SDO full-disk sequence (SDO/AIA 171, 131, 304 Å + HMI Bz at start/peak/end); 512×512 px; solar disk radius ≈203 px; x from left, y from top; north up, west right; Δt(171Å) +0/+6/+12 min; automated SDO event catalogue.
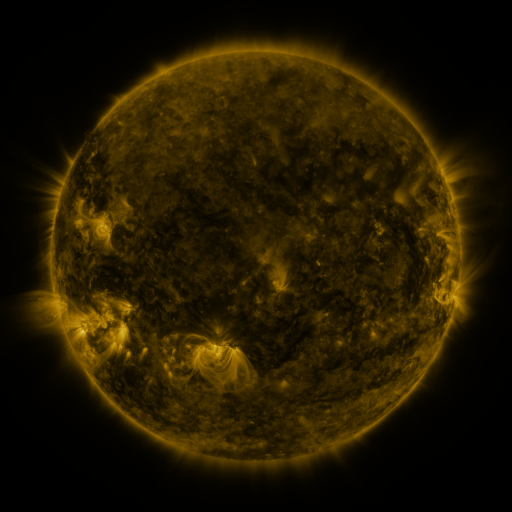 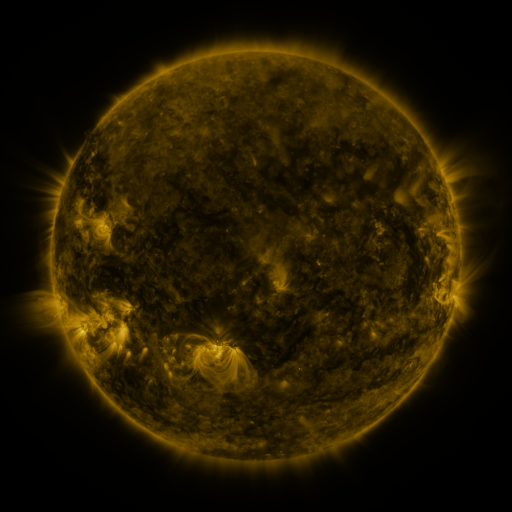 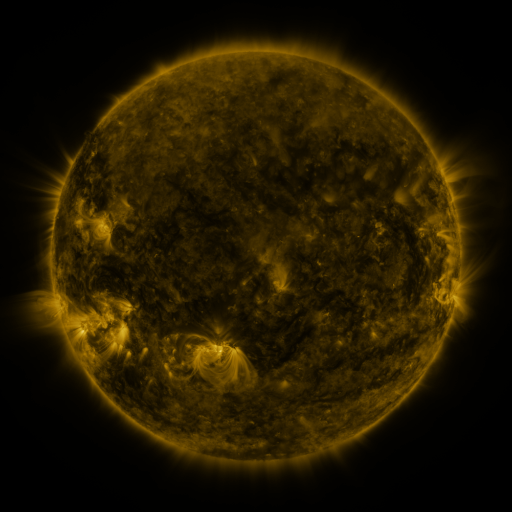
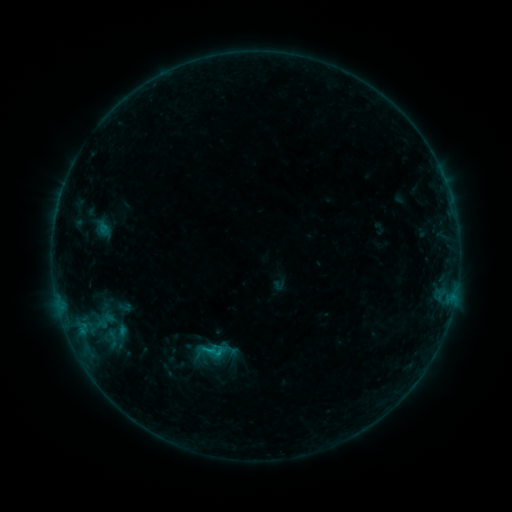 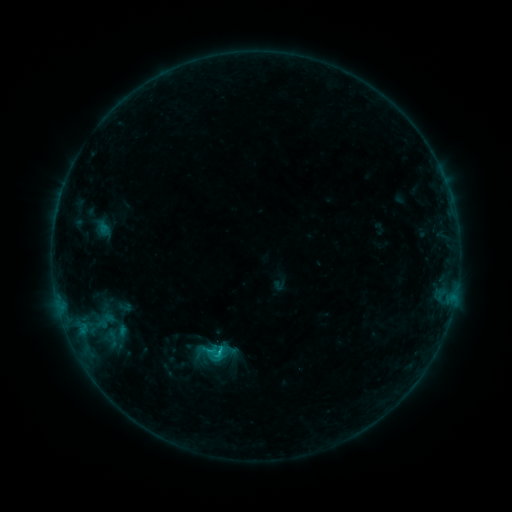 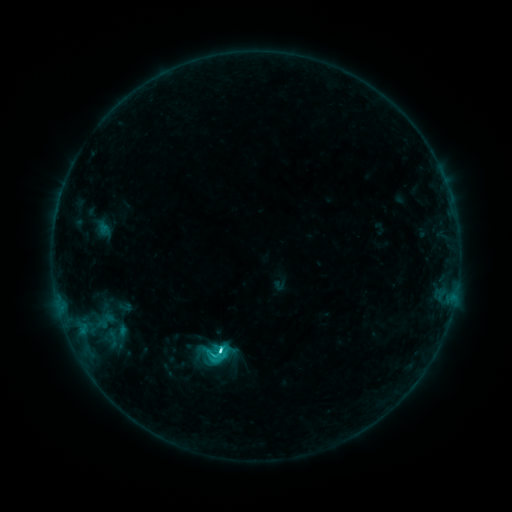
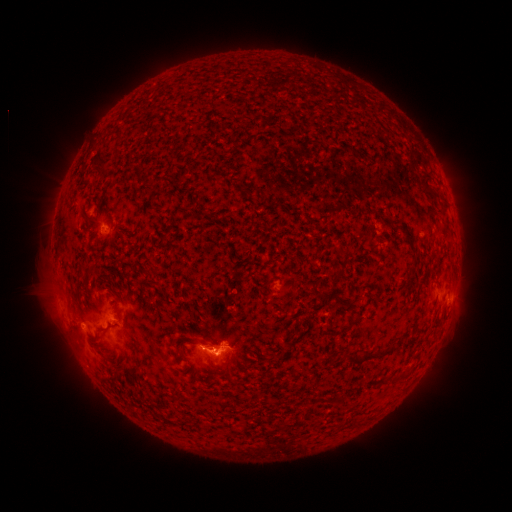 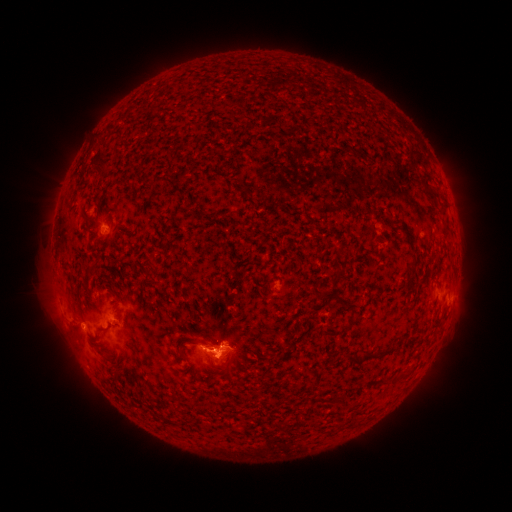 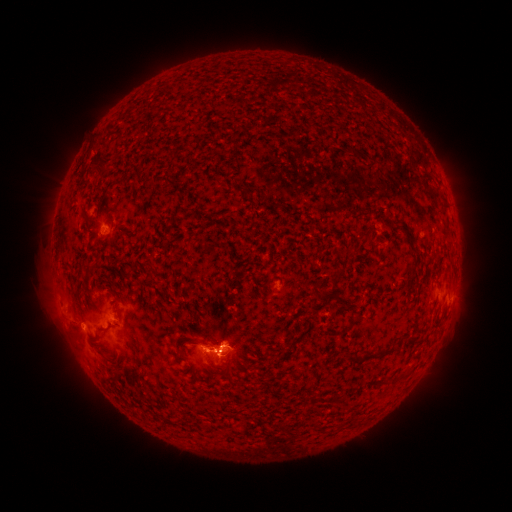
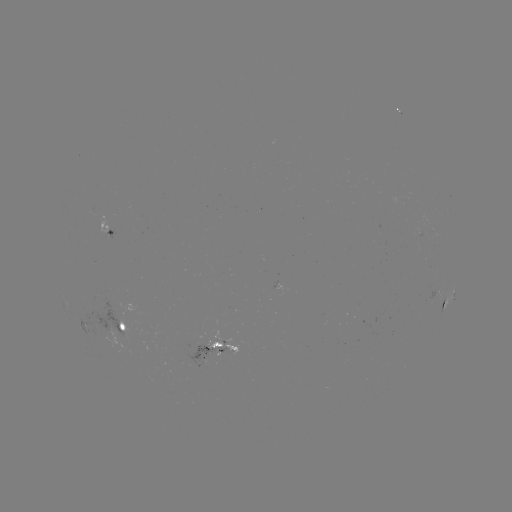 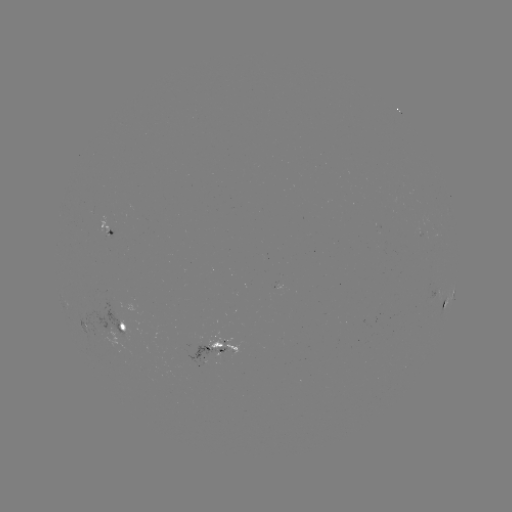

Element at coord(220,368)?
eruption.